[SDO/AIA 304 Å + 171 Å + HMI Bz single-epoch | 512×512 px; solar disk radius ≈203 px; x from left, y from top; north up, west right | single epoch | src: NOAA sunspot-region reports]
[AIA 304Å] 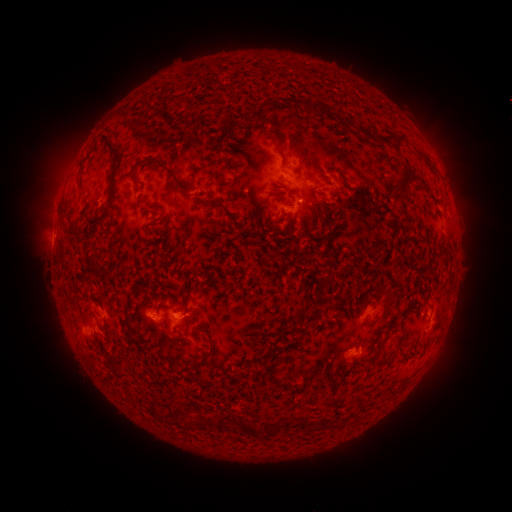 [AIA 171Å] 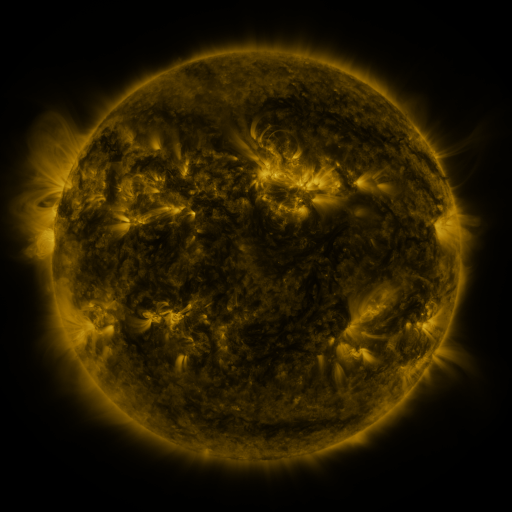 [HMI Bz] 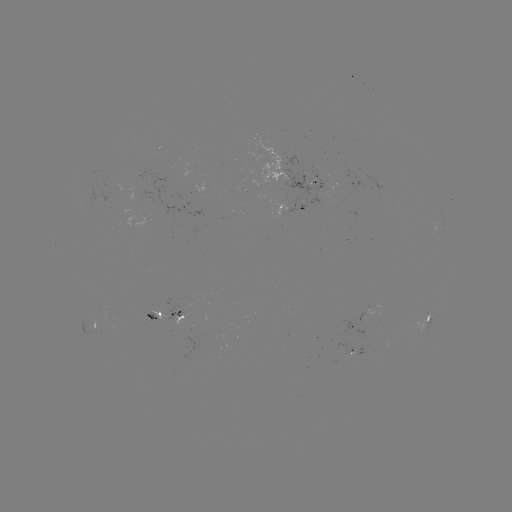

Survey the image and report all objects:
spotted active region: (315, 181)
spotted active region: (294, 208)
spotted active region: (445, 222)
spotted active region: (173, 314)
spotted active region: (192, 314)
spotted active region: (428, 316)
spotted active region: (99, 323)
spotted active region: (353, 351)
